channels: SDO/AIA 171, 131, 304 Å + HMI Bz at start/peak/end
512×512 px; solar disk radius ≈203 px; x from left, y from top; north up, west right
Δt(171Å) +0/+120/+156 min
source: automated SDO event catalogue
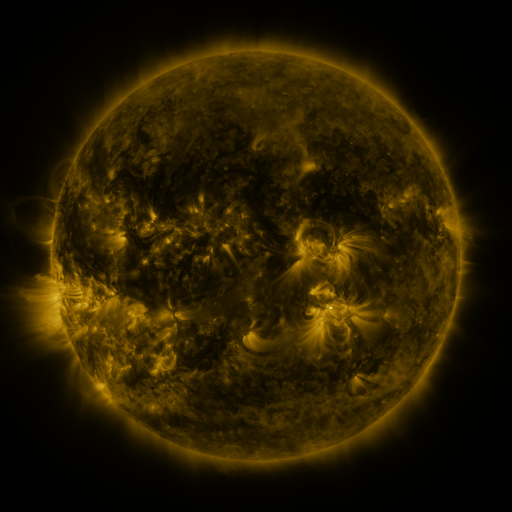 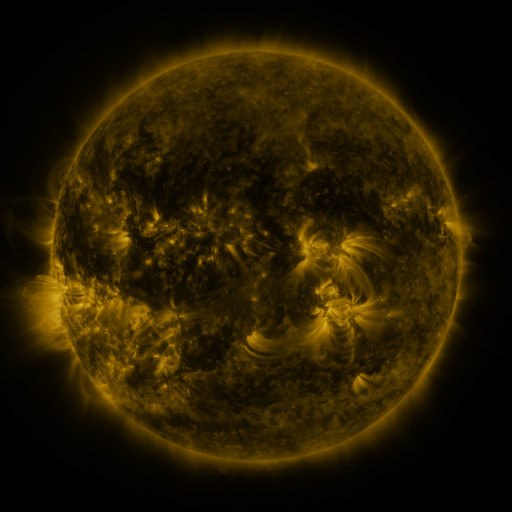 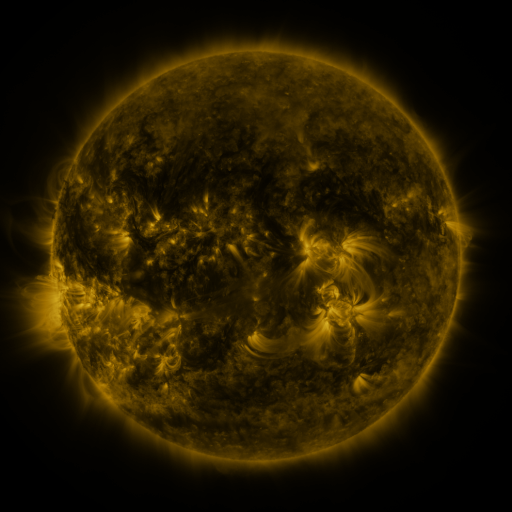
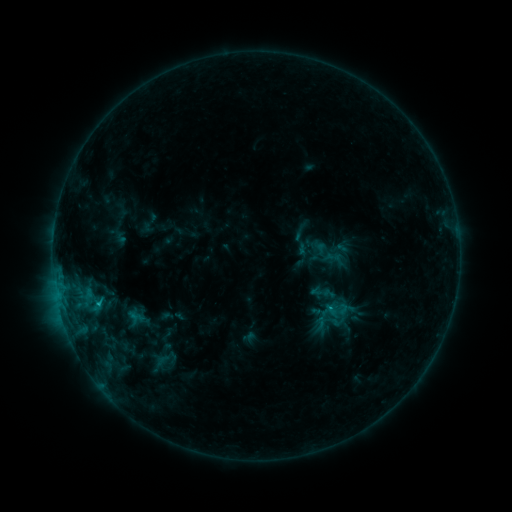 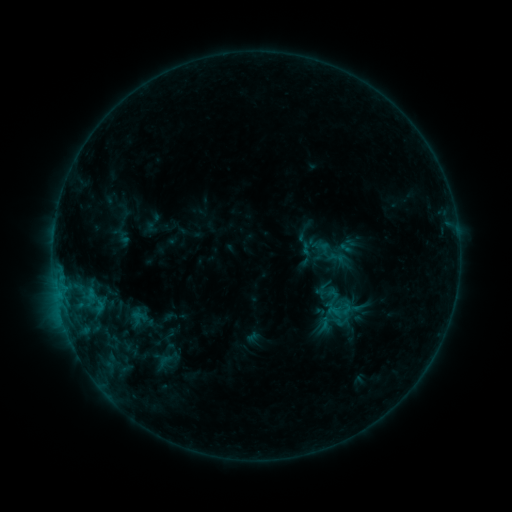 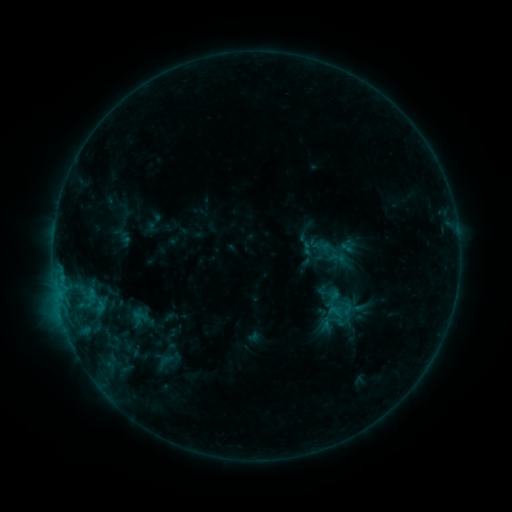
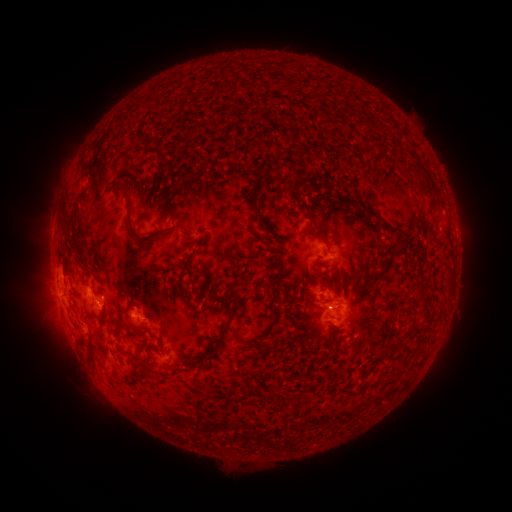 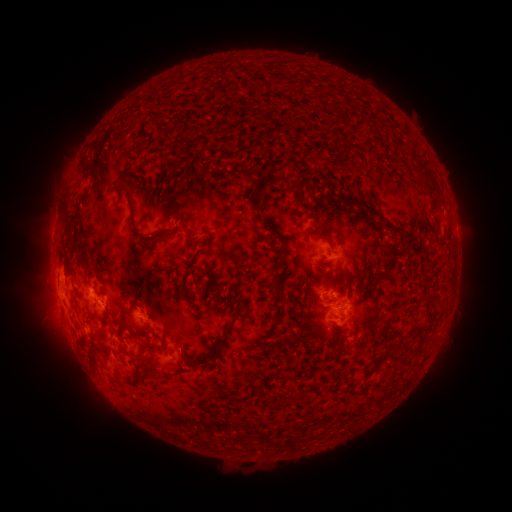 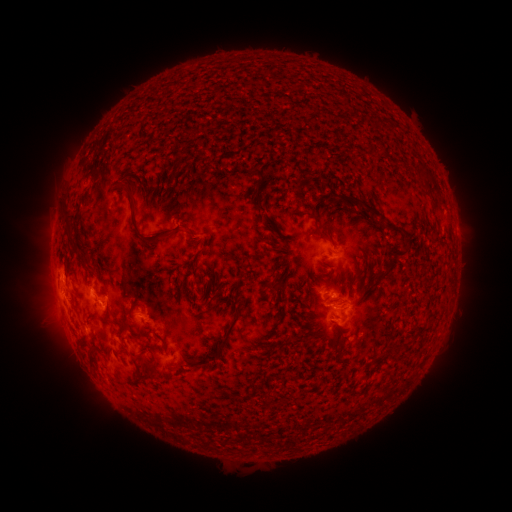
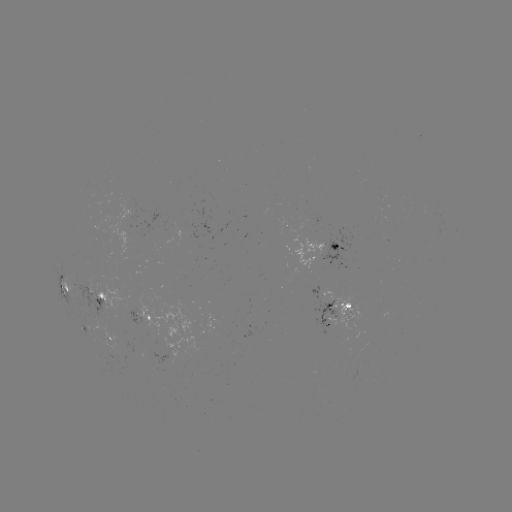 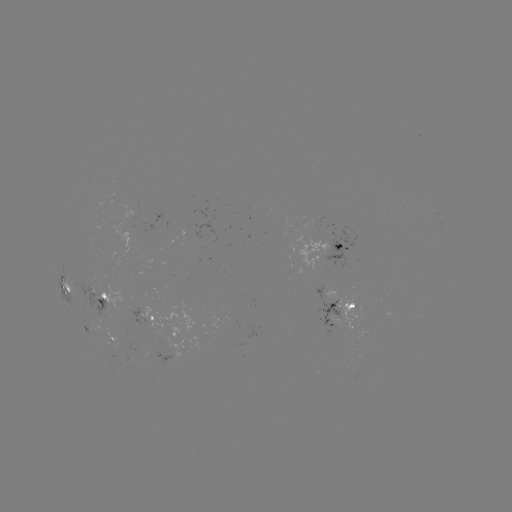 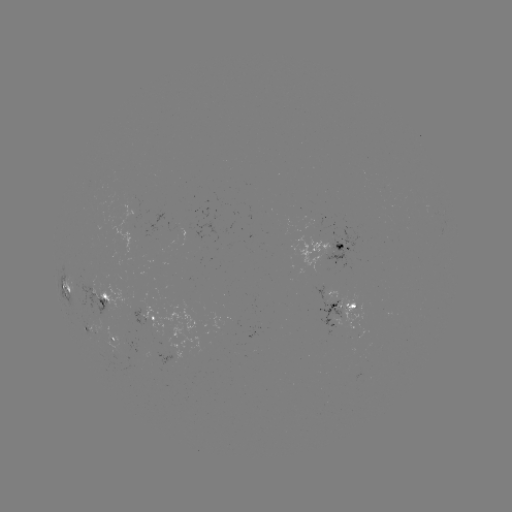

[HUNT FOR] emerging-flux region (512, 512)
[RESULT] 95,291